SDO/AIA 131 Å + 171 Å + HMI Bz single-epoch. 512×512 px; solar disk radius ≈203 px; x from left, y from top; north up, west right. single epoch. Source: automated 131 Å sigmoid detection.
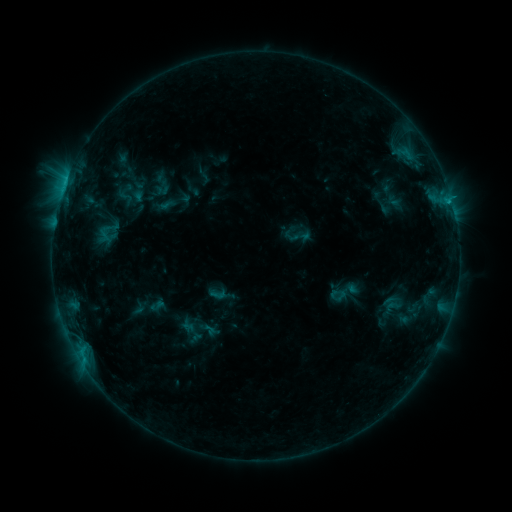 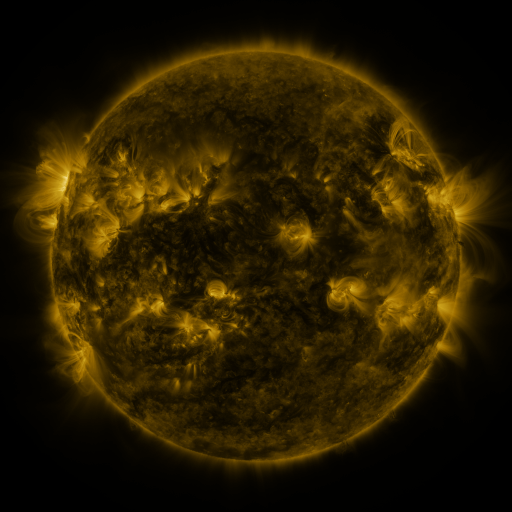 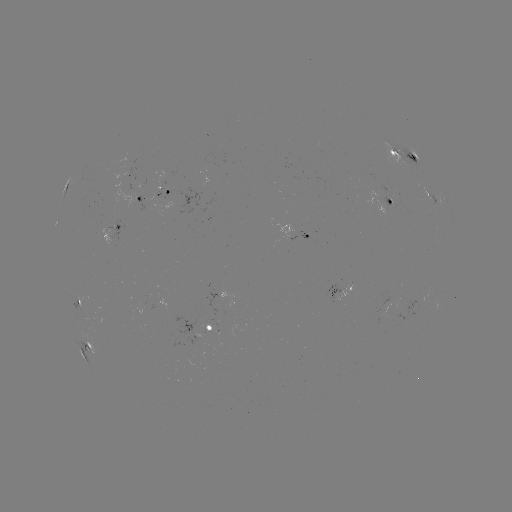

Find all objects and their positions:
sigmoid: [384, 297, 401, 315]
sigmoid: [179, 321, 207, 343]
